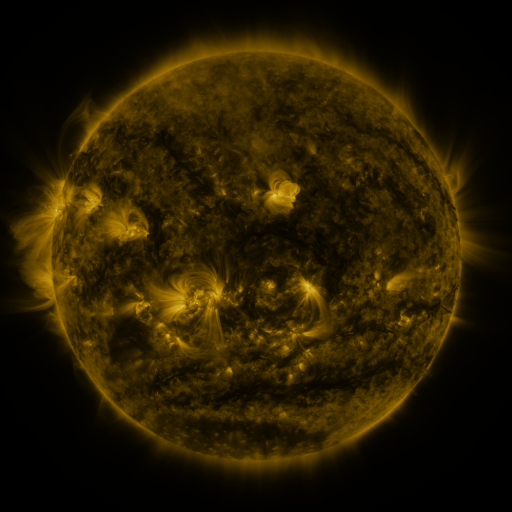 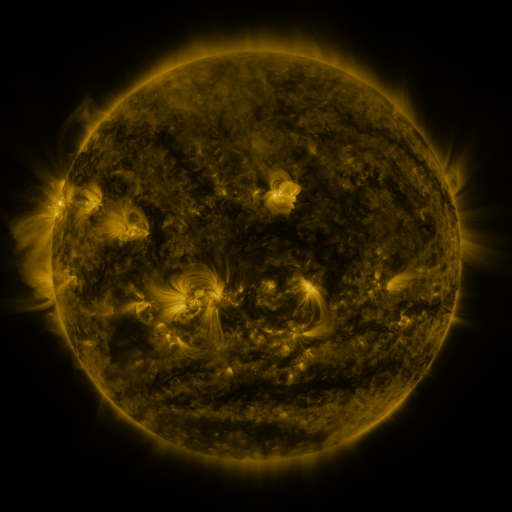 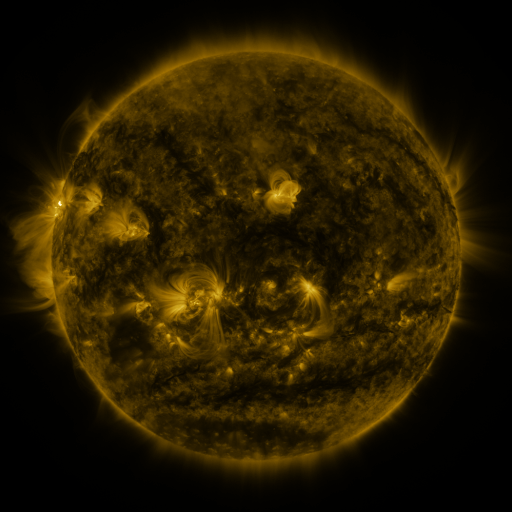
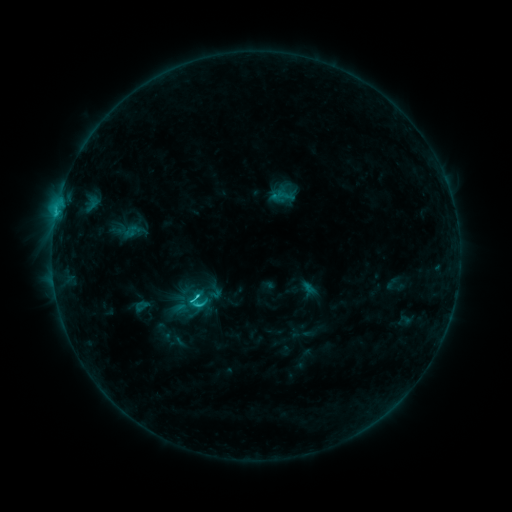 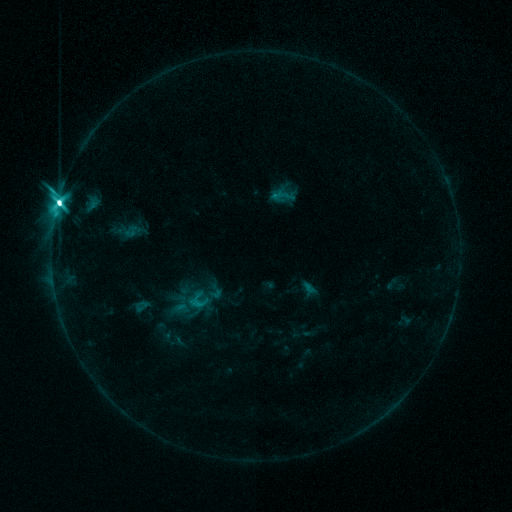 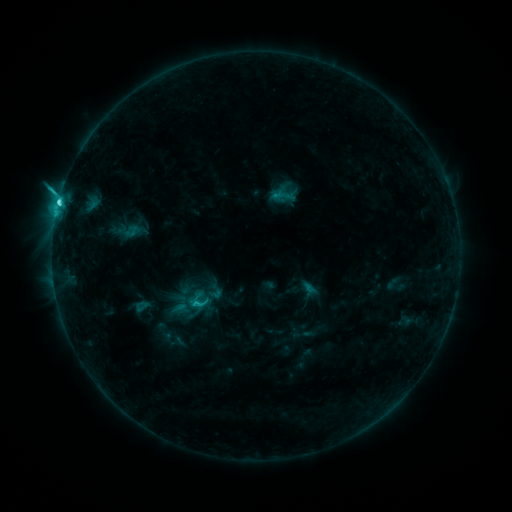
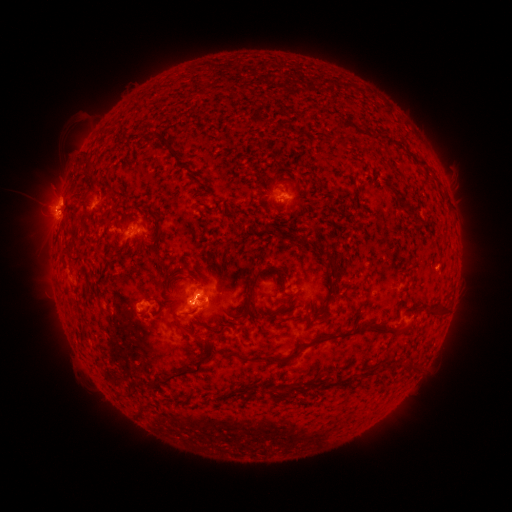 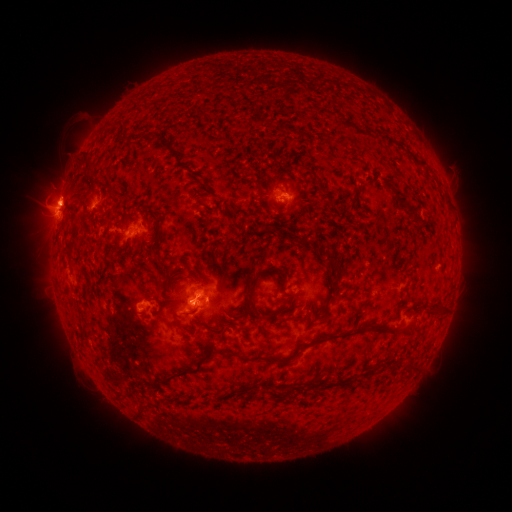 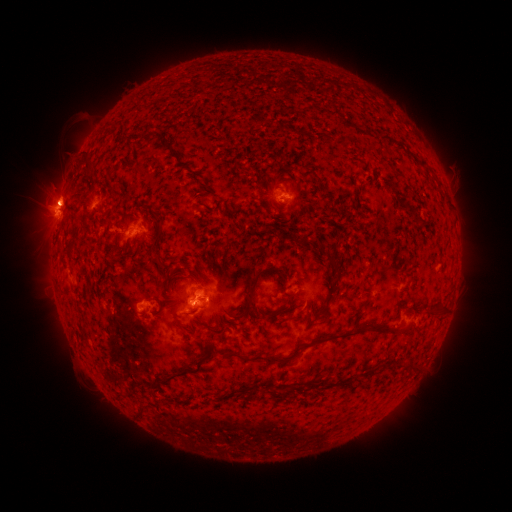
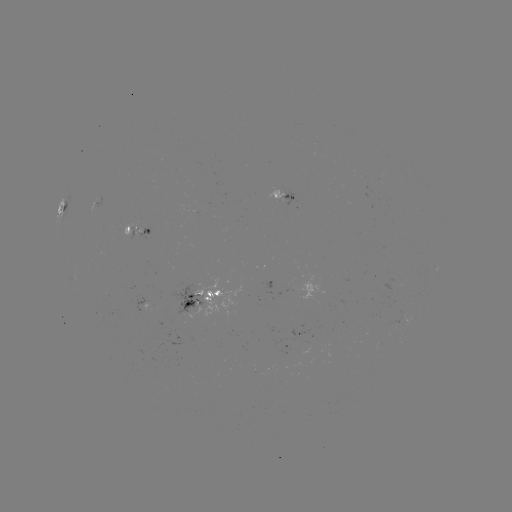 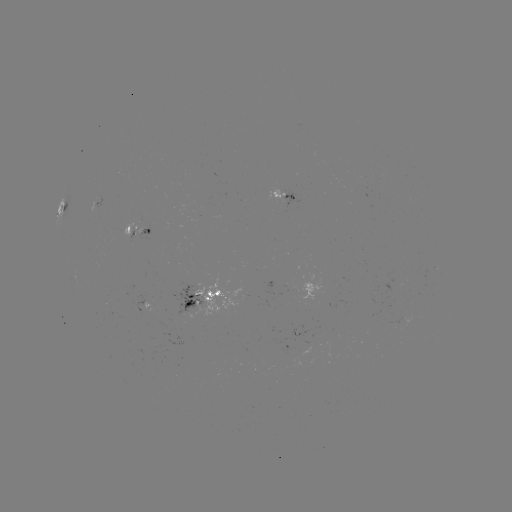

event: flare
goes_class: M1.2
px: (60, 205)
